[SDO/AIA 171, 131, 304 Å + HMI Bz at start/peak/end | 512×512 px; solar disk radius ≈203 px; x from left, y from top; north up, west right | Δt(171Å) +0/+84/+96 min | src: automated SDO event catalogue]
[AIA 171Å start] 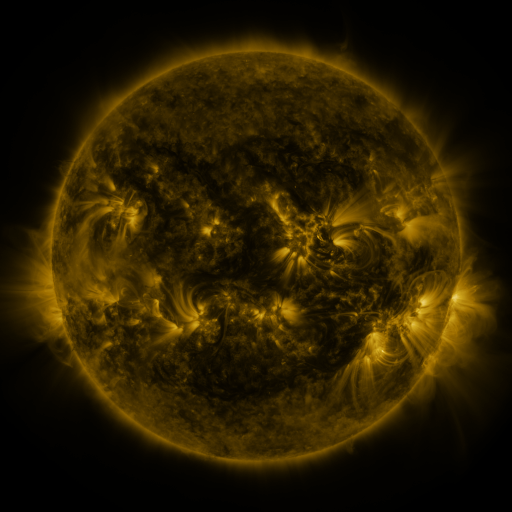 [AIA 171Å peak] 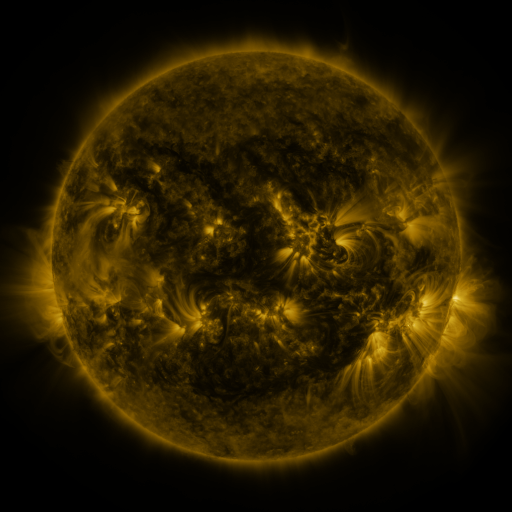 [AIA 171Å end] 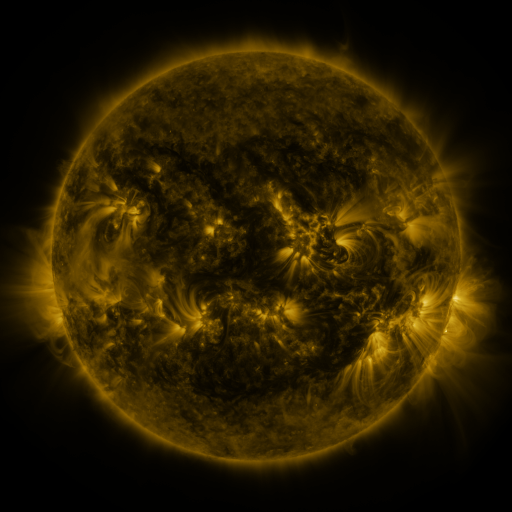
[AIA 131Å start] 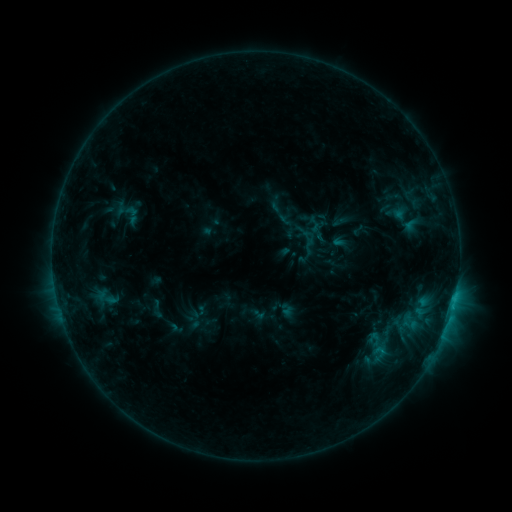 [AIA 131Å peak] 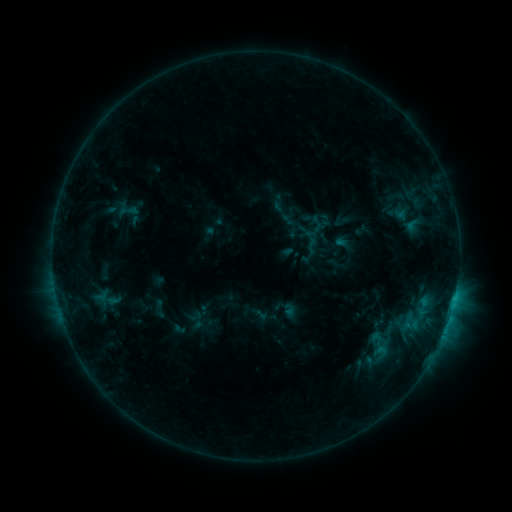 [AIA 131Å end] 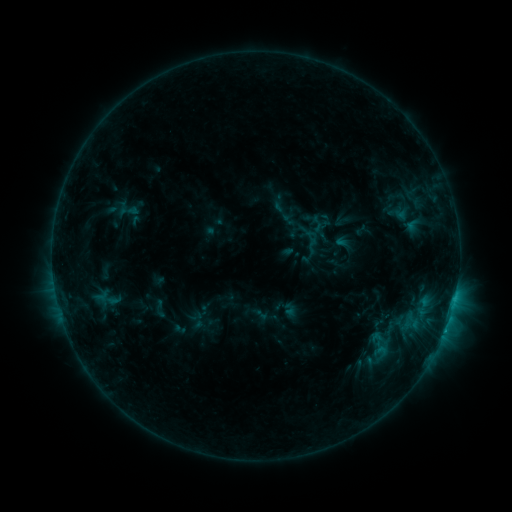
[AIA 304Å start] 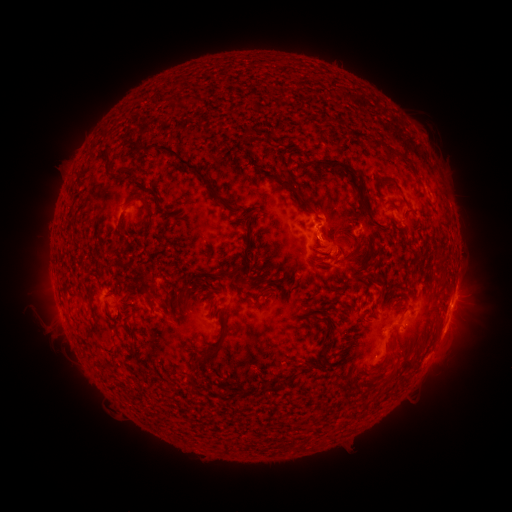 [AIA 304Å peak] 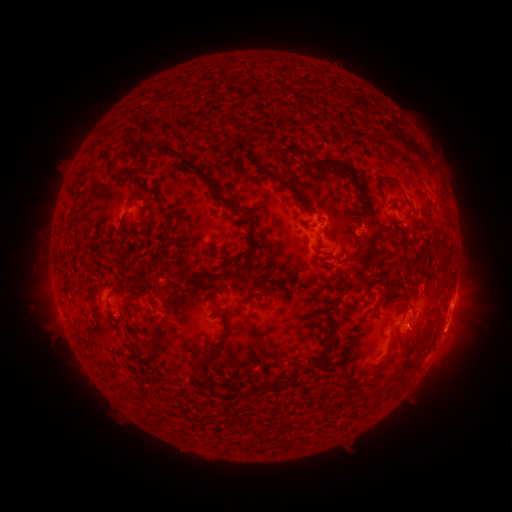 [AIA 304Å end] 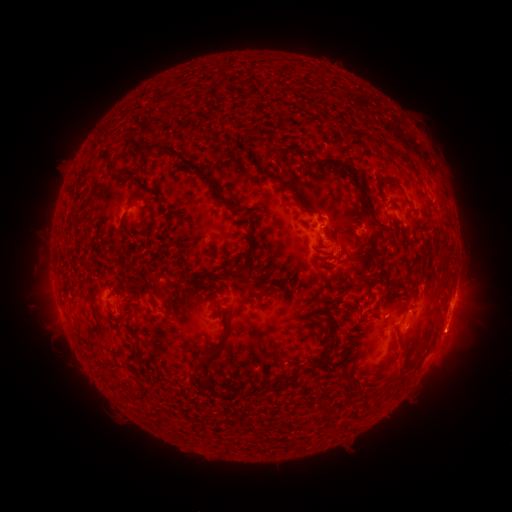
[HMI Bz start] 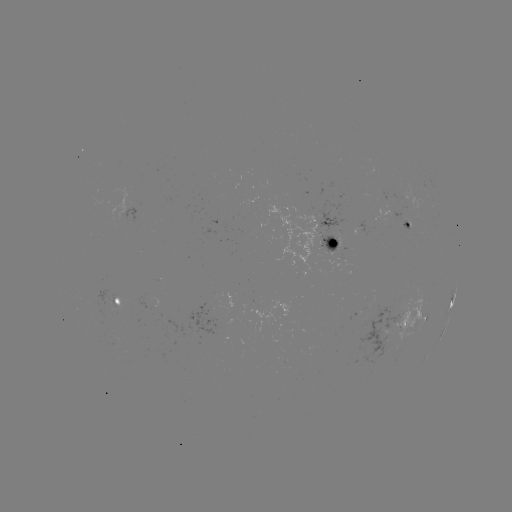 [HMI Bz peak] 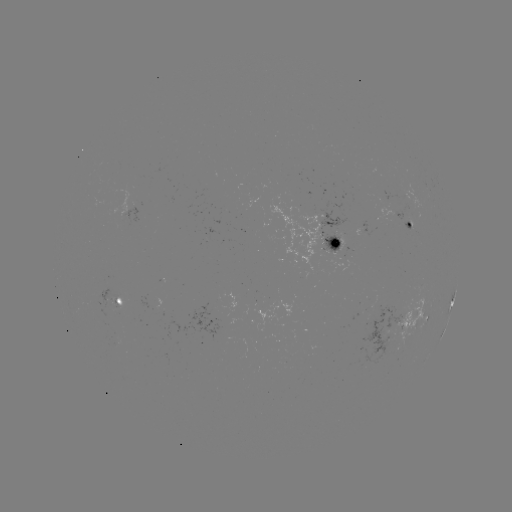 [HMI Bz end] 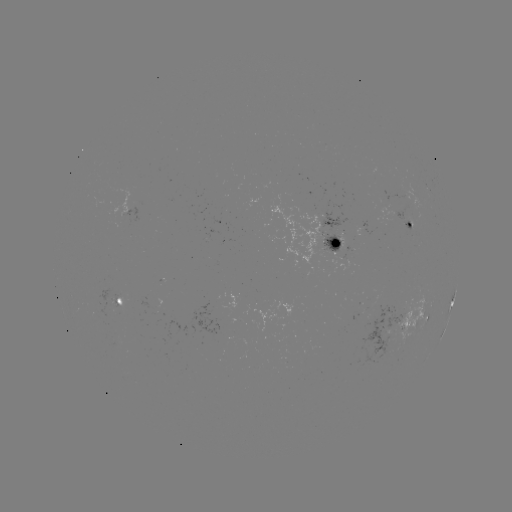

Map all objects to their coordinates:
emerging-flux region: (114, 299)
